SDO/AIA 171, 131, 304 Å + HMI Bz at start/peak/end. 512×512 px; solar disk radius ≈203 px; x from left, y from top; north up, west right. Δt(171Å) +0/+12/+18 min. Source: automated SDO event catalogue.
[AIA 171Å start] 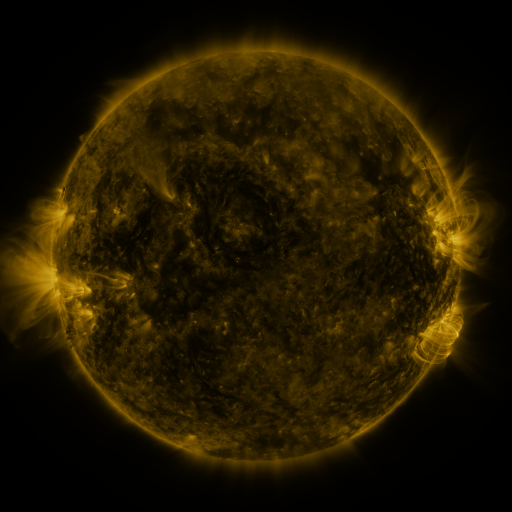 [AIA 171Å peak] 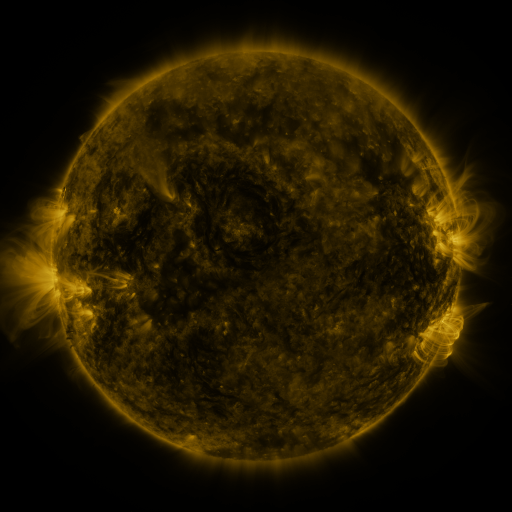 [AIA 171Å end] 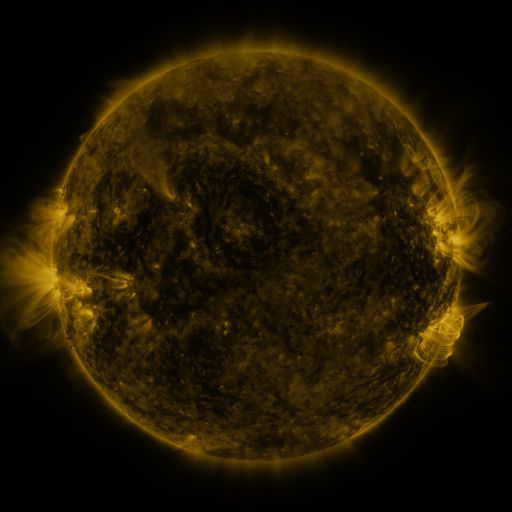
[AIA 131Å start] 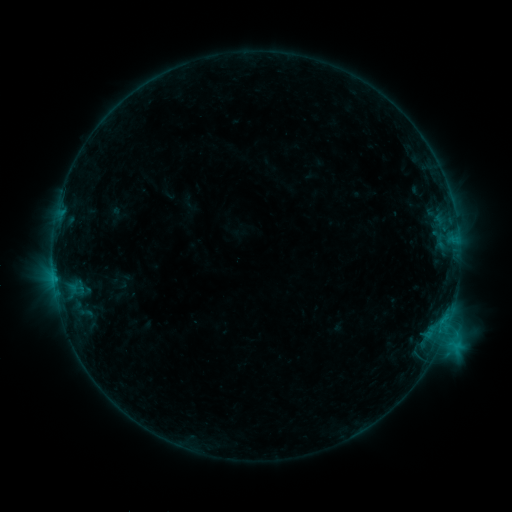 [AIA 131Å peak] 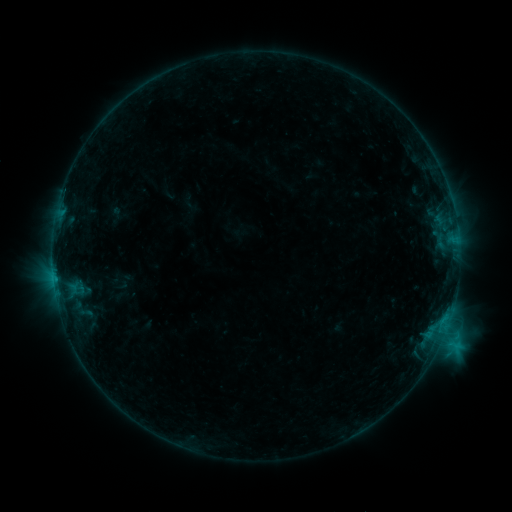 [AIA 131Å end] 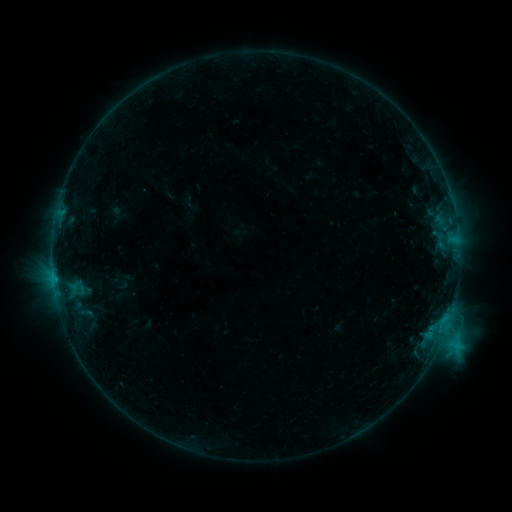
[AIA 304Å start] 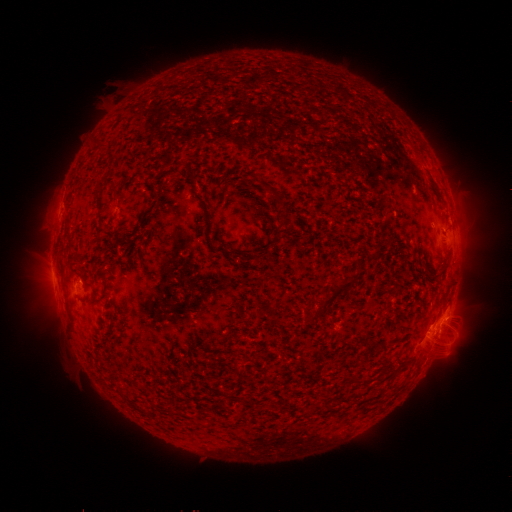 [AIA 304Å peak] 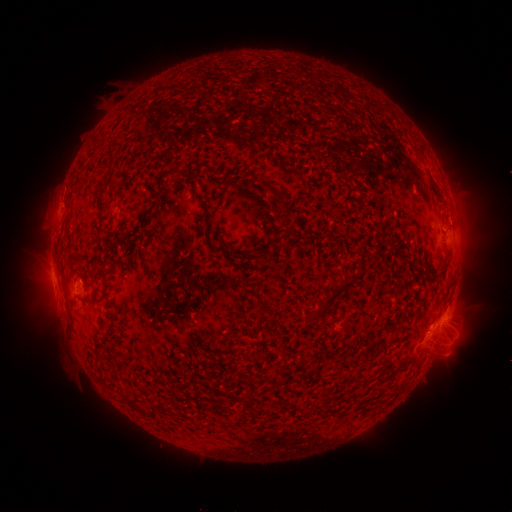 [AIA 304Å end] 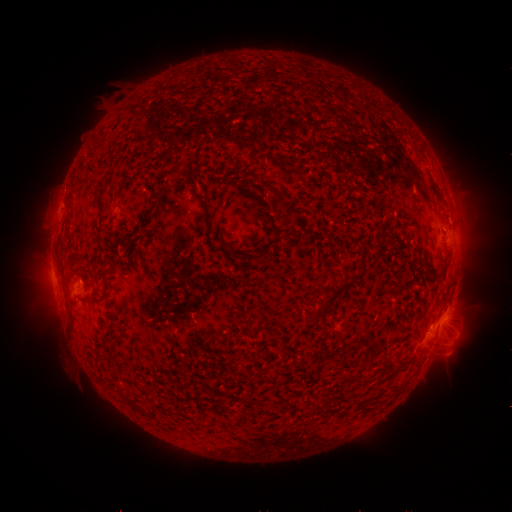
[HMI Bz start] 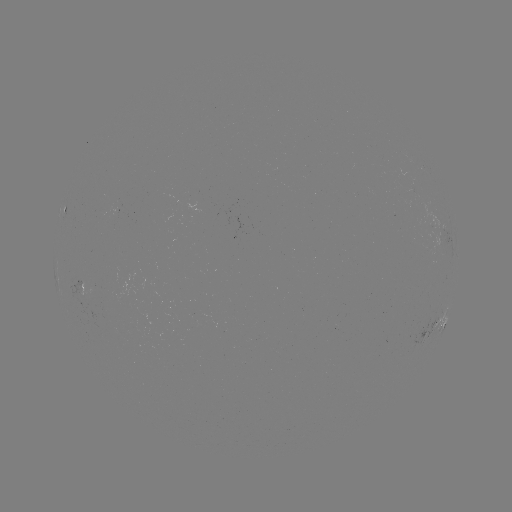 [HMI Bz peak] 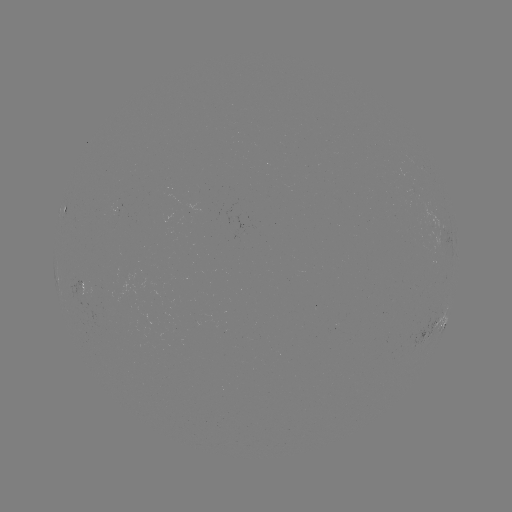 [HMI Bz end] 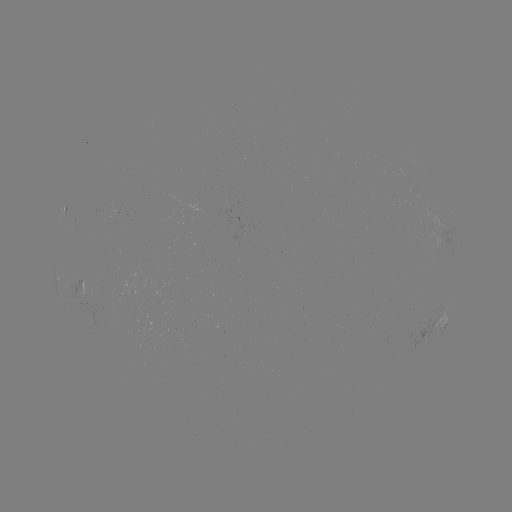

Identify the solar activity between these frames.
no classed flare was catalogued and no EUV brightening was flagged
